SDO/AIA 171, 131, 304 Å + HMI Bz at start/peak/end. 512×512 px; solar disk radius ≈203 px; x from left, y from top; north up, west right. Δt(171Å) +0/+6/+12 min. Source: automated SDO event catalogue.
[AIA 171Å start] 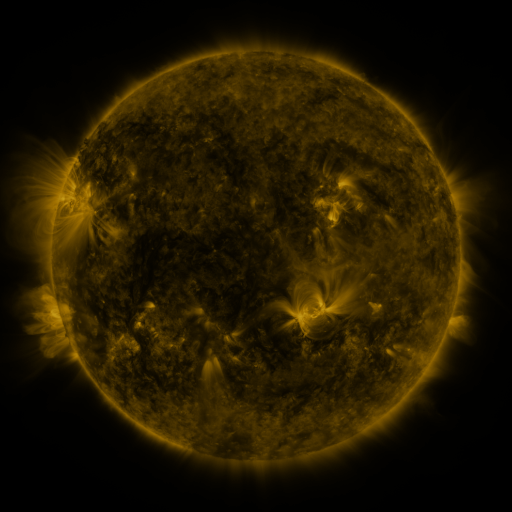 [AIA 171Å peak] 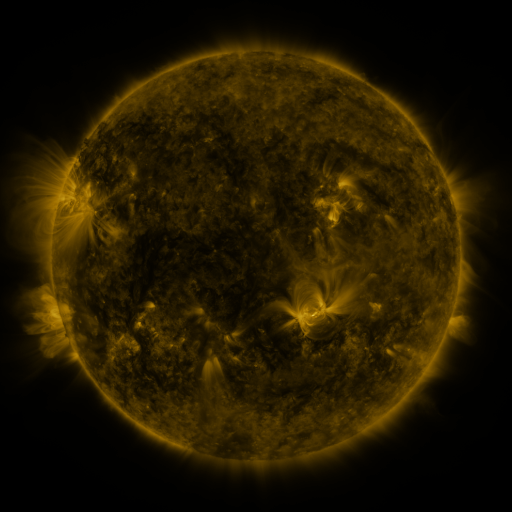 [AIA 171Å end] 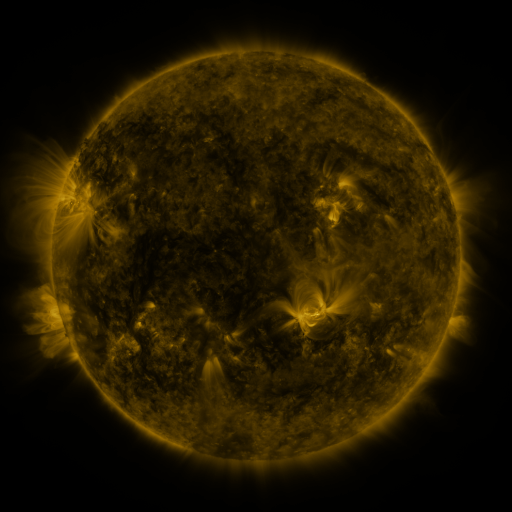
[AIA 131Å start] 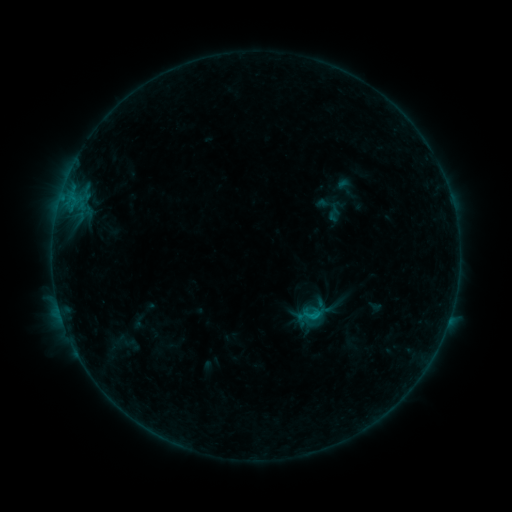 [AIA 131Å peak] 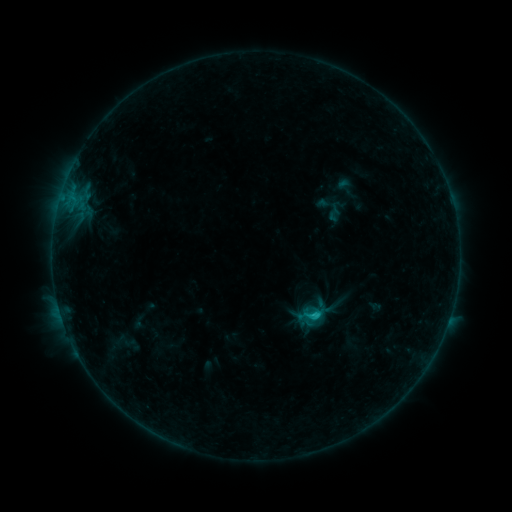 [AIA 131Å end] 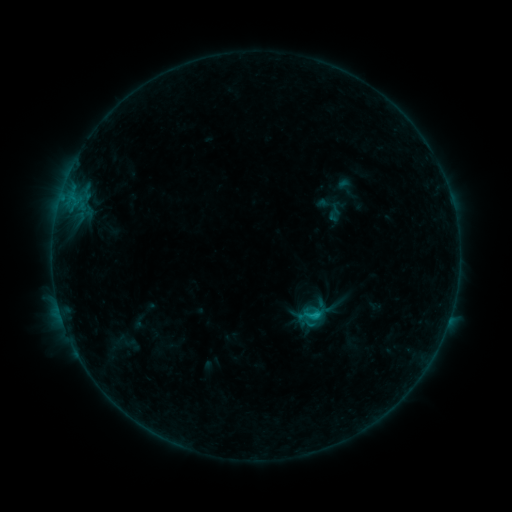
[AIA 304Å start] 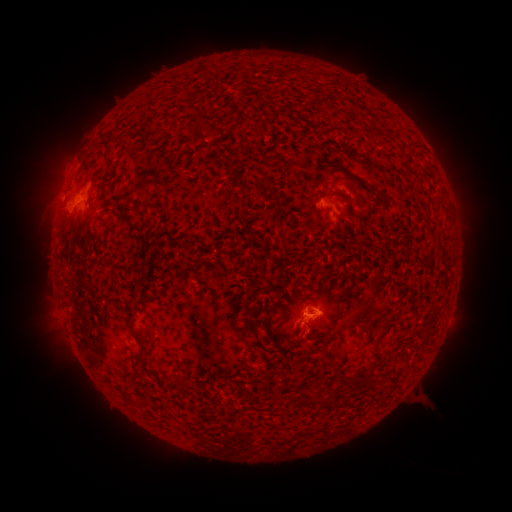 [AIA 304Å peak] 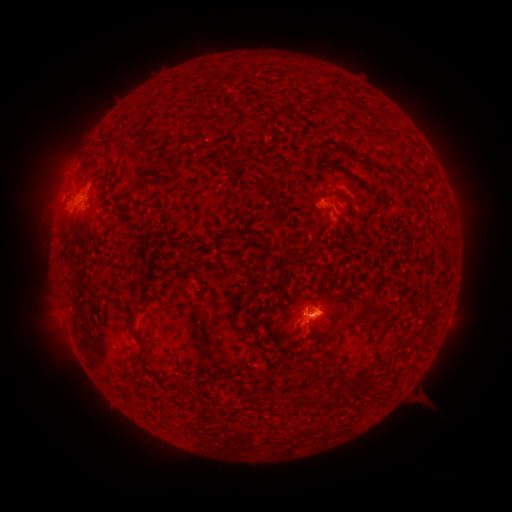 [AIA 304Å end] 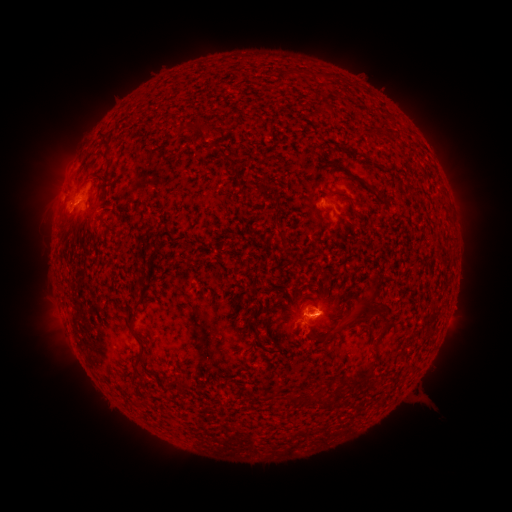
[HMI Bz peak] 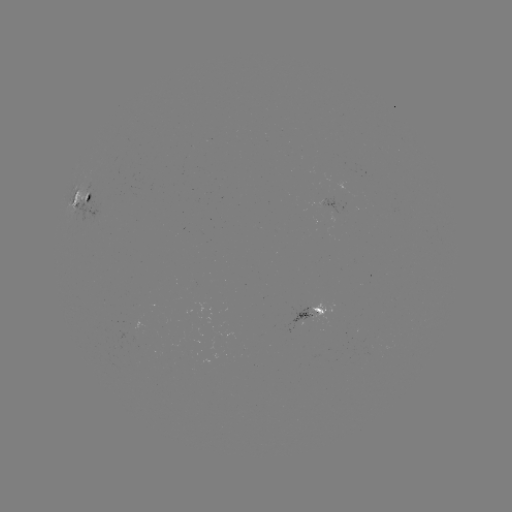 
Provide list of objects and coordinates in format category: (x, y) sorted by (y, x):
B8.3 flare: (313, 312)
